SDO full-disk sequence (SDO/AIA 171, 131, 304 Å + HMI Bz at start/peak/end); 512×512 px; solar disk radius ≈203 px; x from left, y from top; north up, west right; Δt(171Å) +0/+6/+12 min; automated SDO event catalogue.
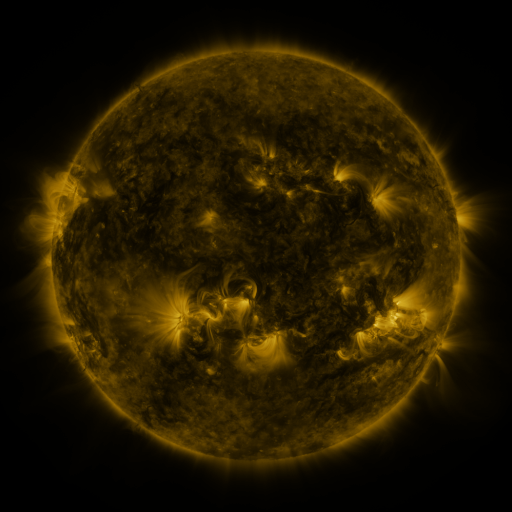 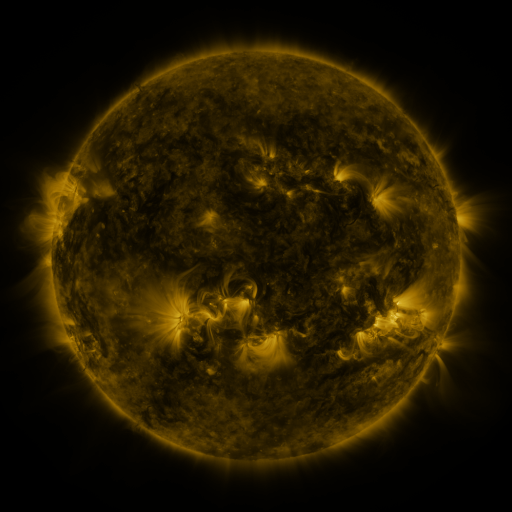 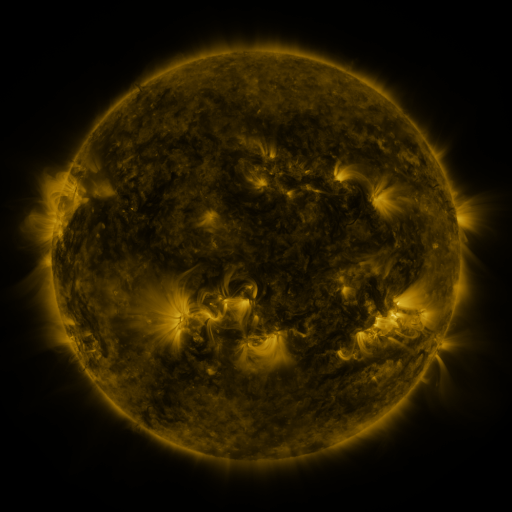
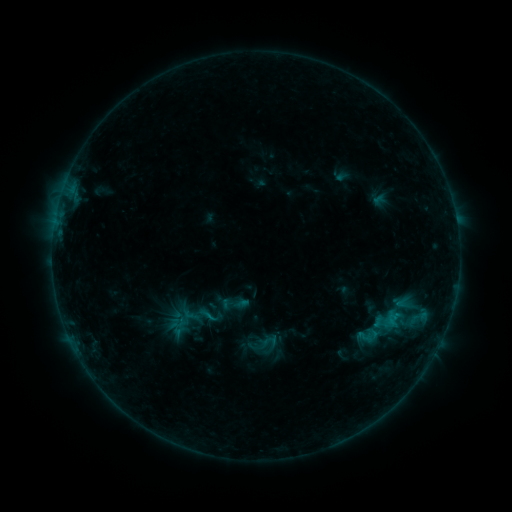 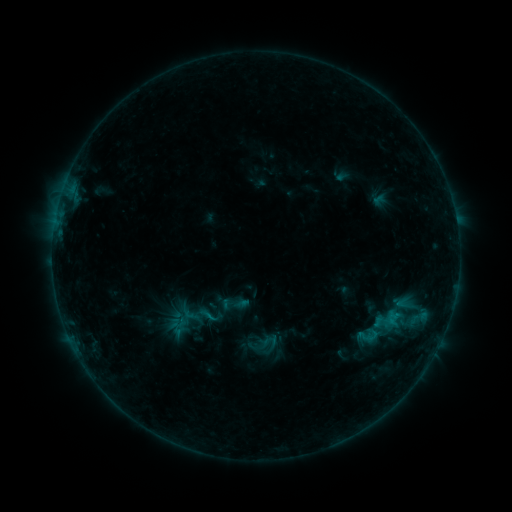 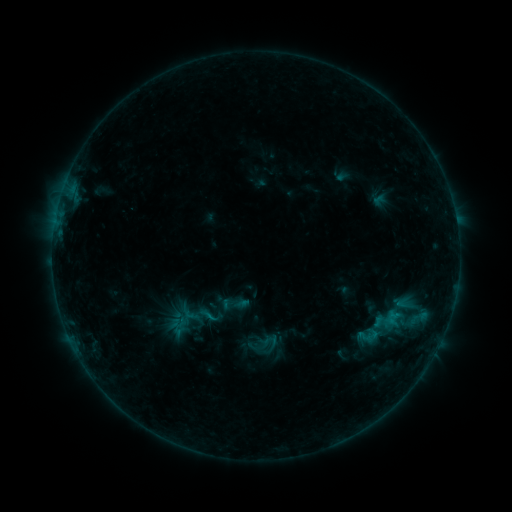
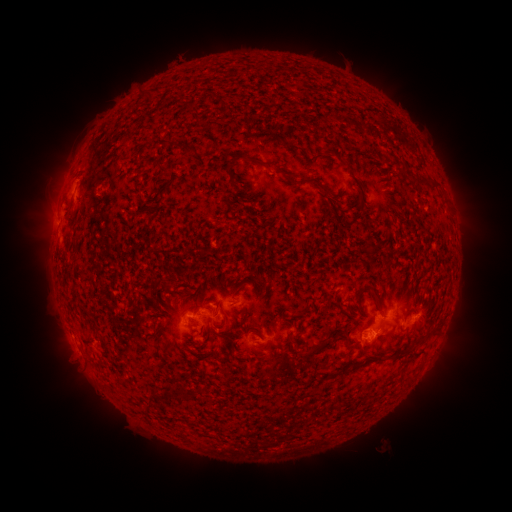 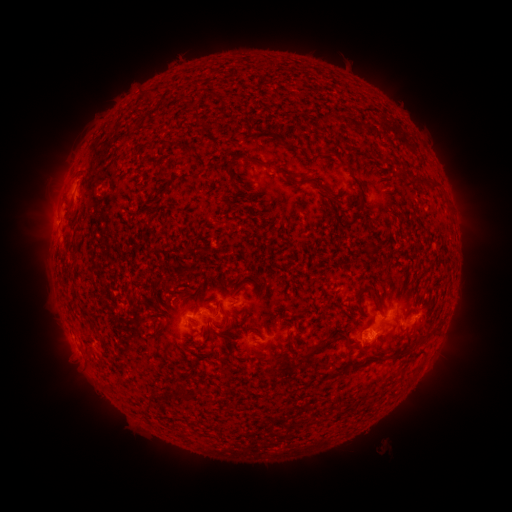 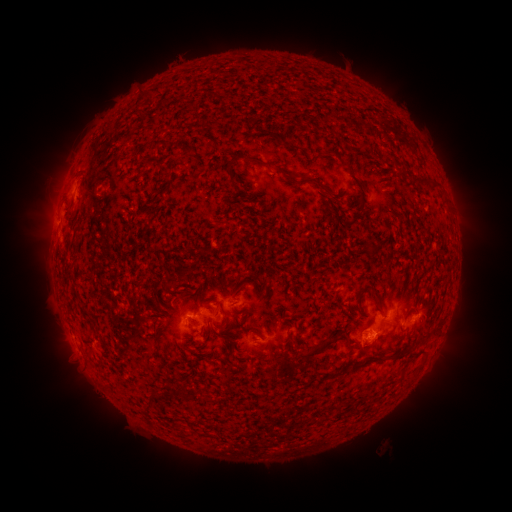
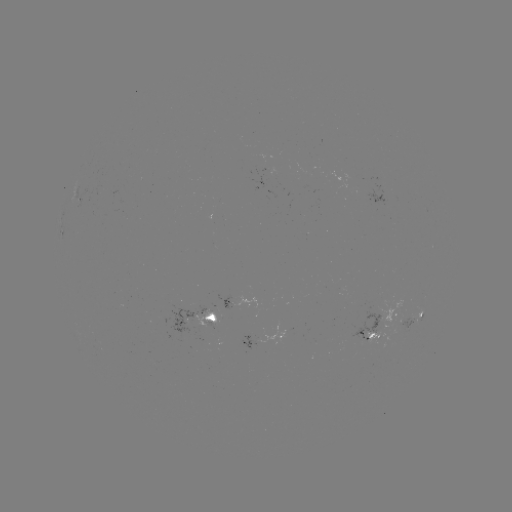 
no flare in any classed list; no EUV-trigger detection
